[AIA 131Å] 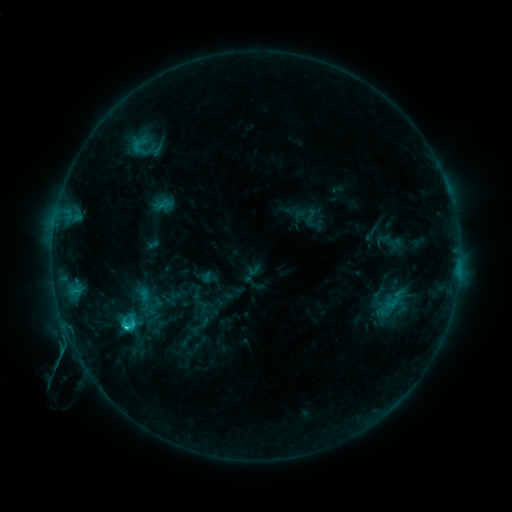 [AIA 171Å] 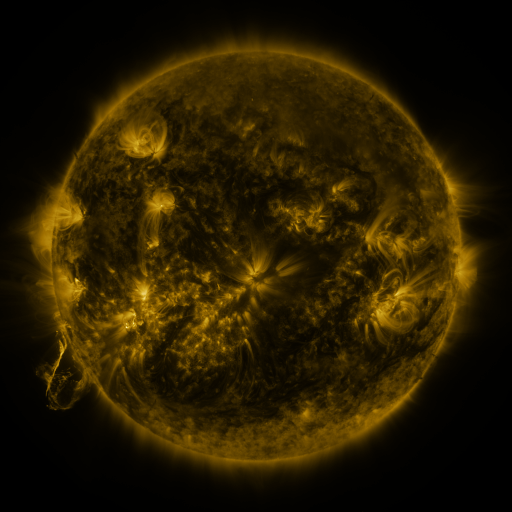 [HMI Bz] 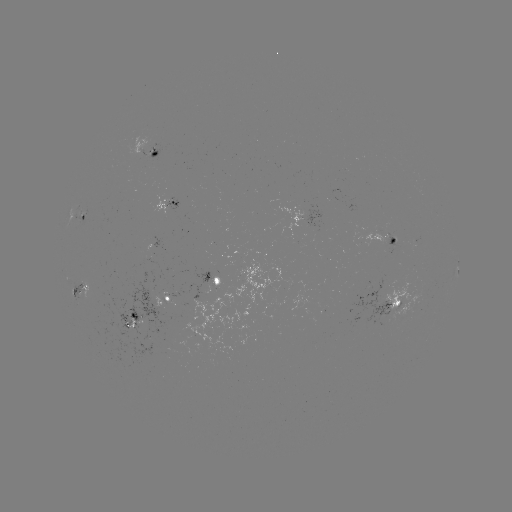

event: sigmoid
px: (128, 322)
